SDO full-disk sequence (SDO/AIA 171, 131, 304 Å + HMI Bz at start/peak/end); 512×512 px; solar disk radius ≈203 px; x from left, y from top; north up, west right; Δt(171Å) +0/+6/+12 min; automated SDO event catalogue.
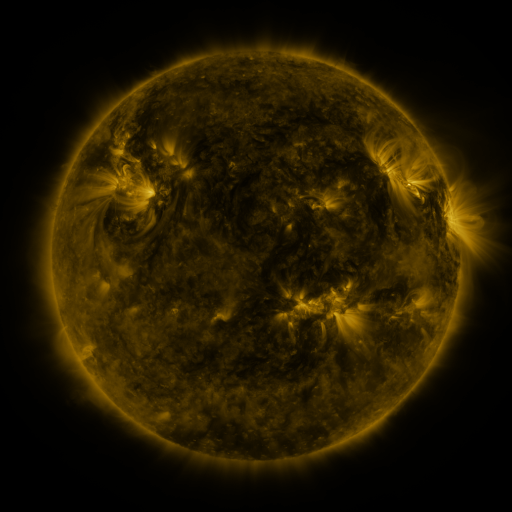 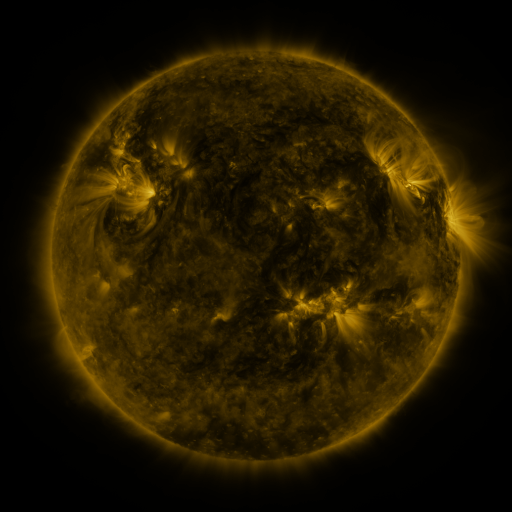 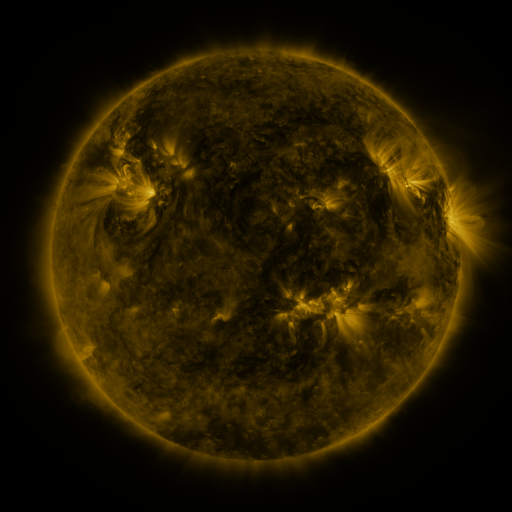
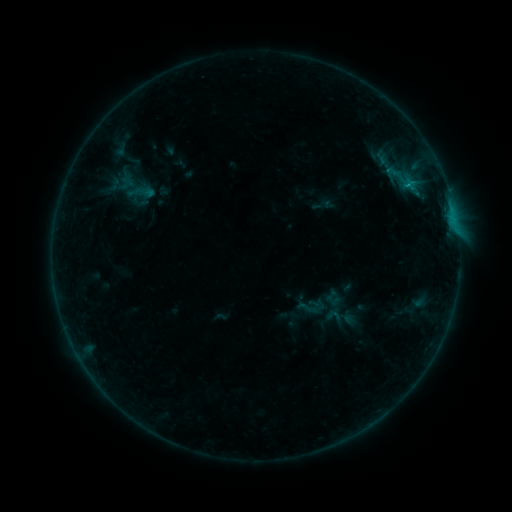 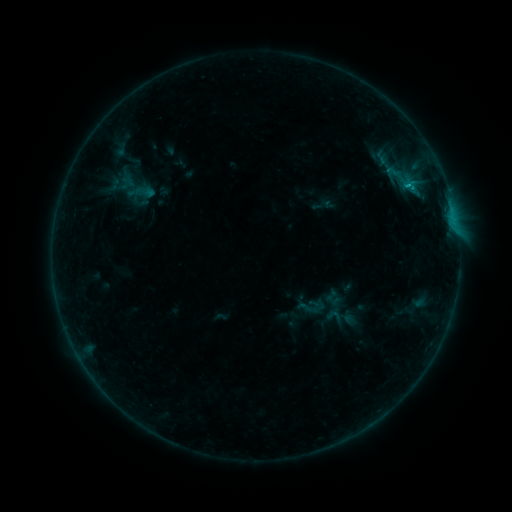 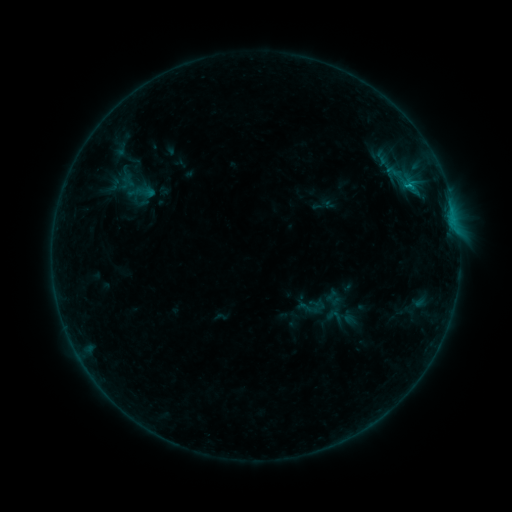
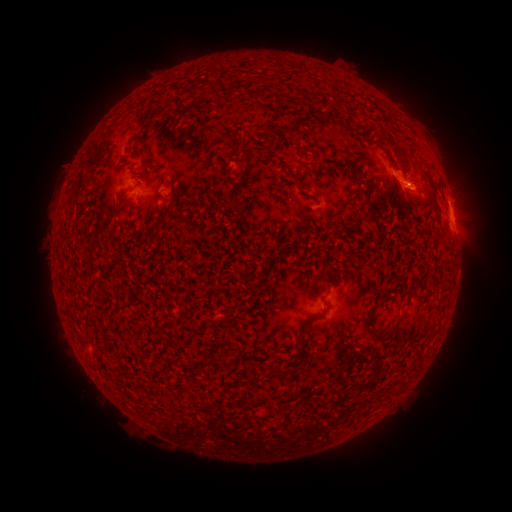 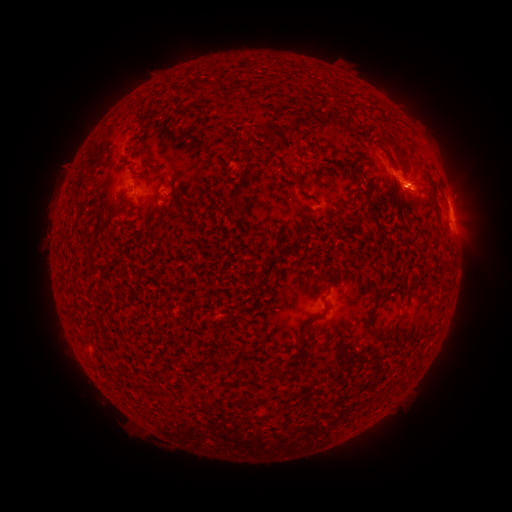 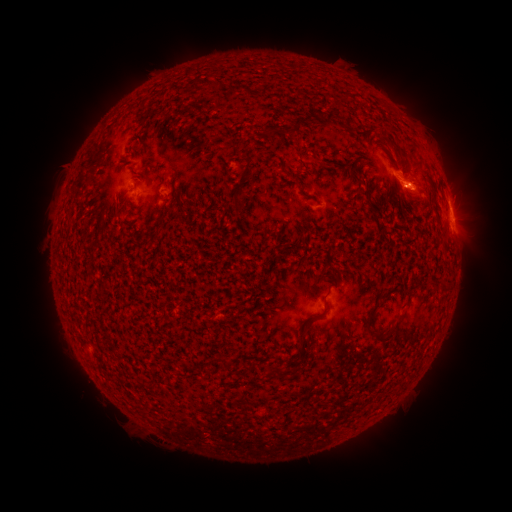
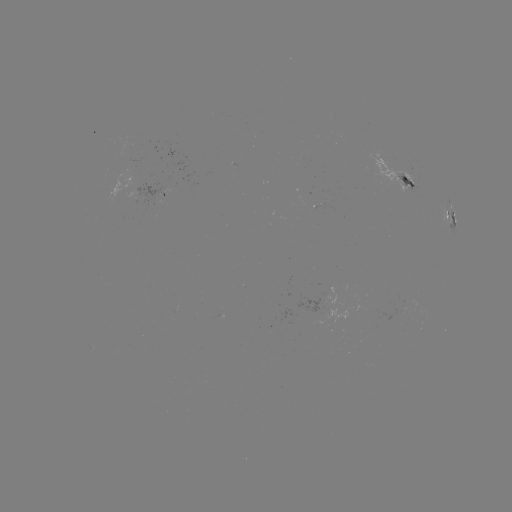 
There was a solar flare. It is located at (406, 187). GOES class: B7.4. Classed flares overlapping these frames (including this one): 1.